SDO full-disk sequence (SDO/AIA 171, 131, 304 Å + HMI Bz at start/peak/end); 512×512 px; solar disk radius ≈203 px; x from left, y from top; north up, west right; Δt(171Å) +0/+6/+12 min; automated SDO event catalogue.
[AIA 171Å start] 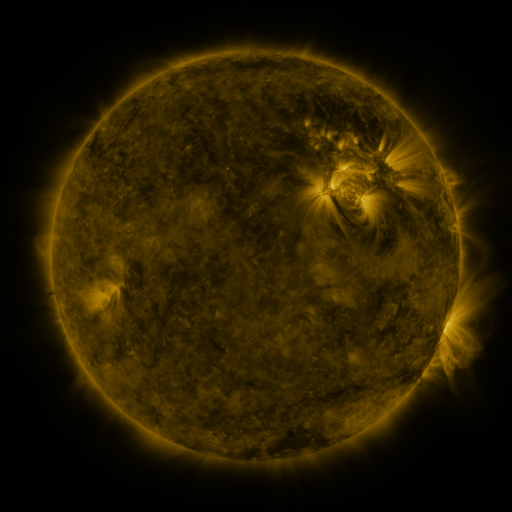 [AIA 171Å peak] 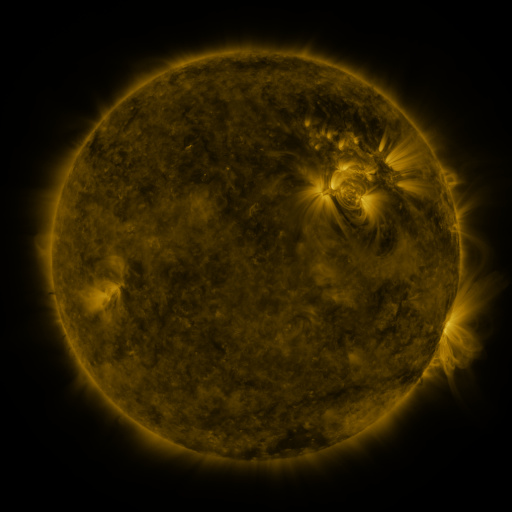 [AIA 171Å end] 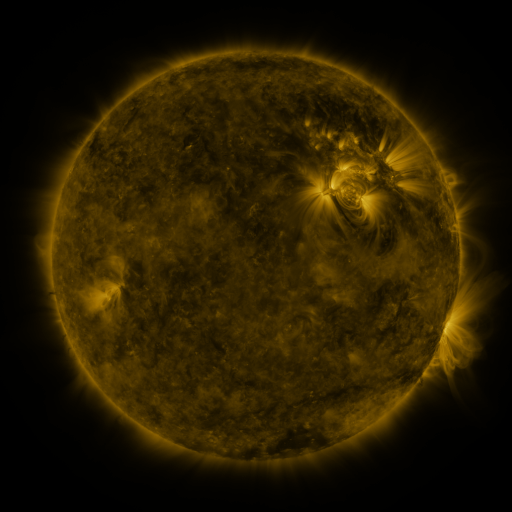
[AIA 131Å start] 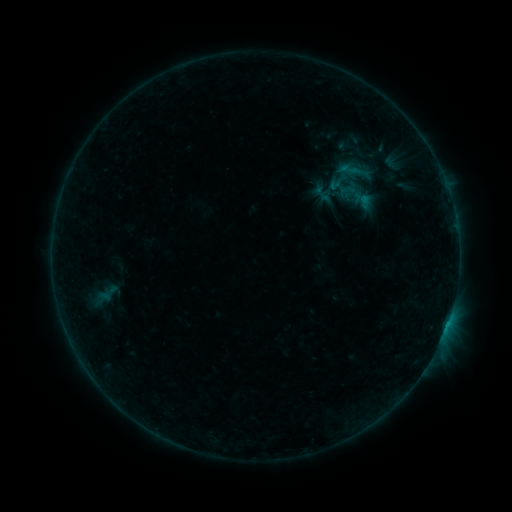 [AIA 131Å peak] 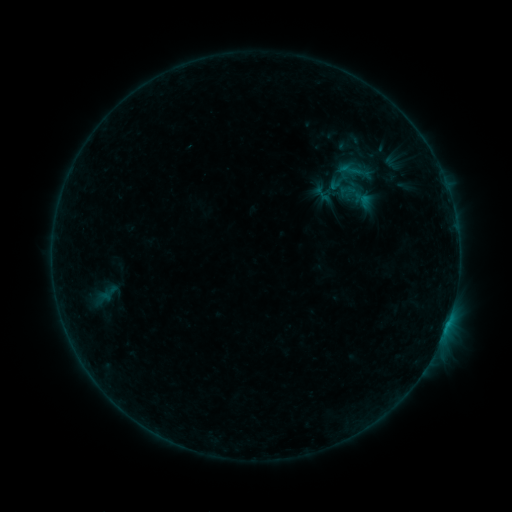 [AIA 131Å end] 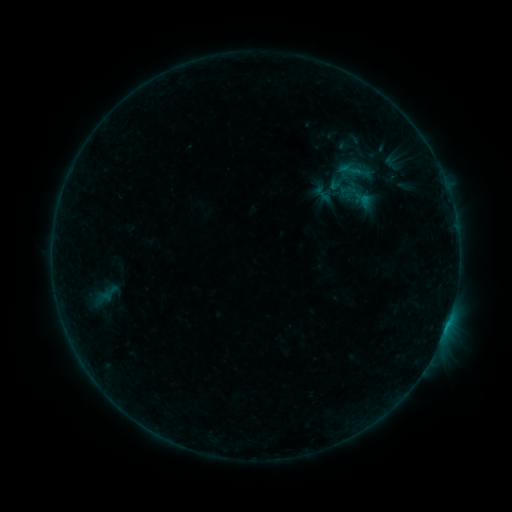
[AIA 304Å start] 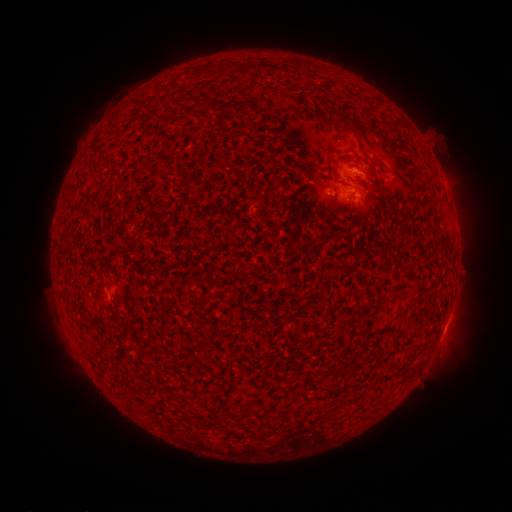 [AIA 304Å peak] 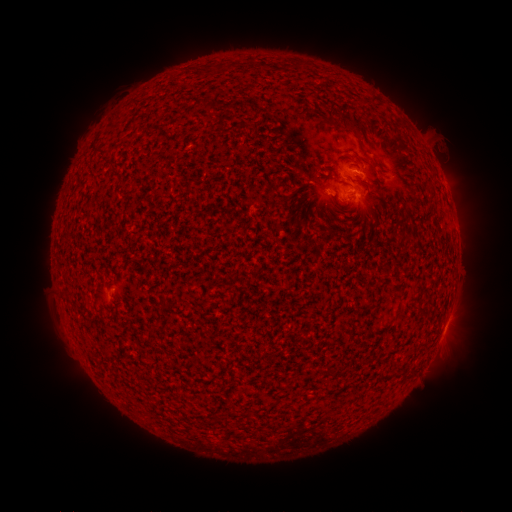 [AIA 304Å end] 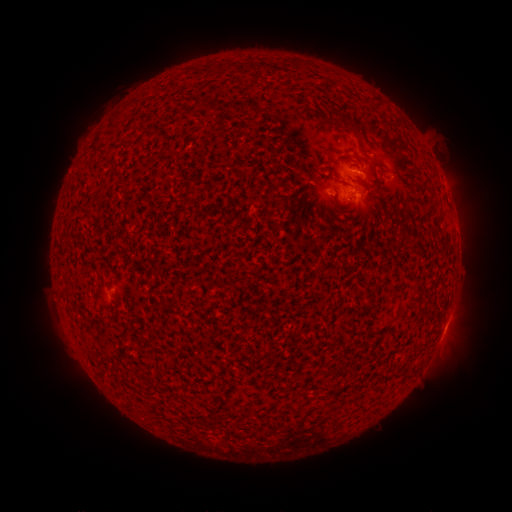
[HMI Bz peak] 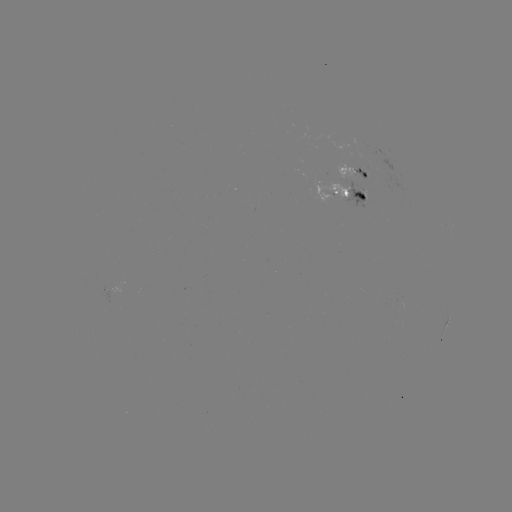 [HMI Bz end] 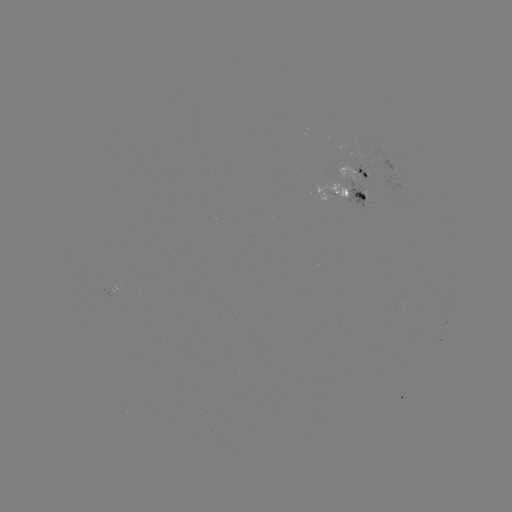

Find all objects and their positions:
B3.2 flare: (443, 329)
